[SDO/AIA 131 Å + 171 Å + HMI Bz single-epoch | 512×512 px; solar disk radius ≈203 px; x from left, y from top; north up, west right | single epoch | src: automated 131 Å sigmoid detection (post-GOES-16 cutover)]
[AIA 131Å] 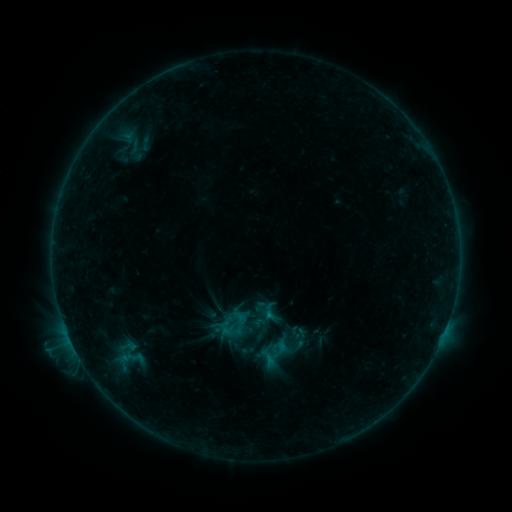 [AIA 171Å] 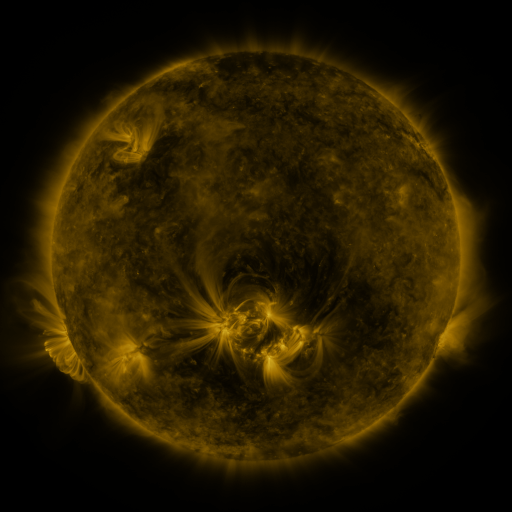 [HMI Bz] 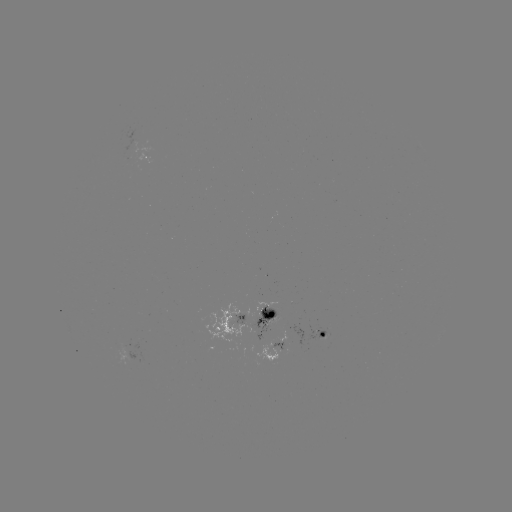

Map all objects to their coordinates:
sigmoid: (270, 313)
sigmoid: (227, 322)
sigmoid: (128, 347)
